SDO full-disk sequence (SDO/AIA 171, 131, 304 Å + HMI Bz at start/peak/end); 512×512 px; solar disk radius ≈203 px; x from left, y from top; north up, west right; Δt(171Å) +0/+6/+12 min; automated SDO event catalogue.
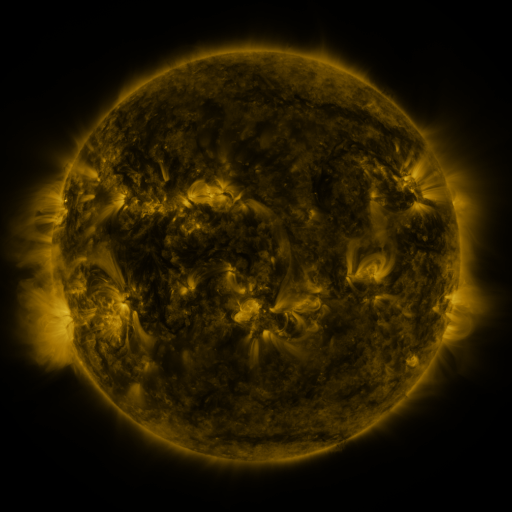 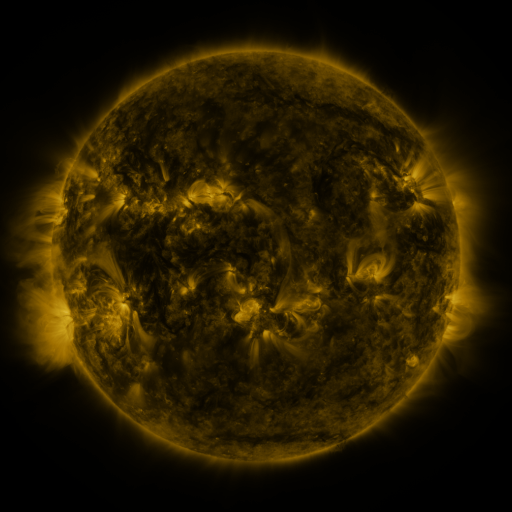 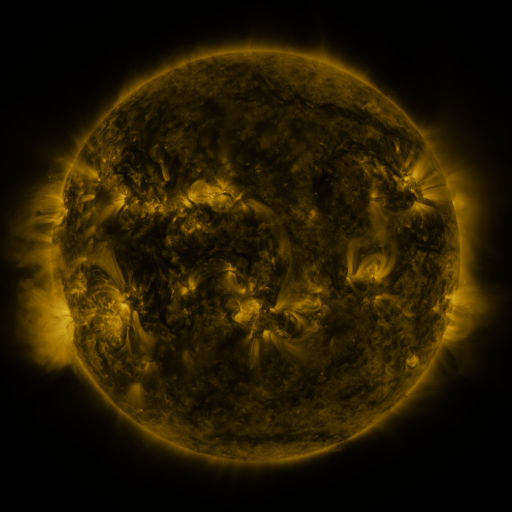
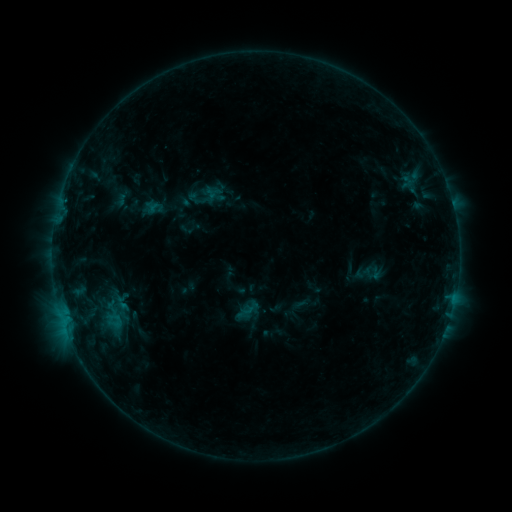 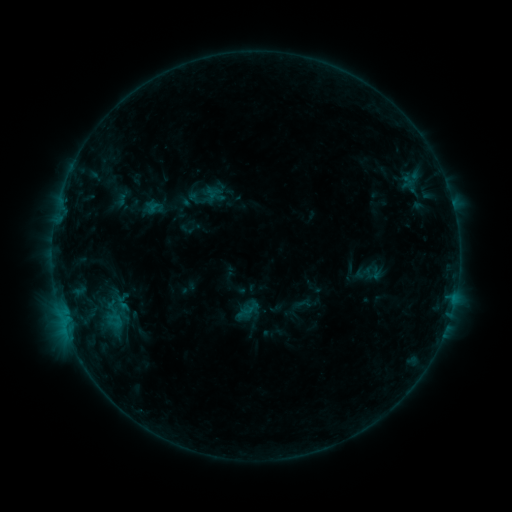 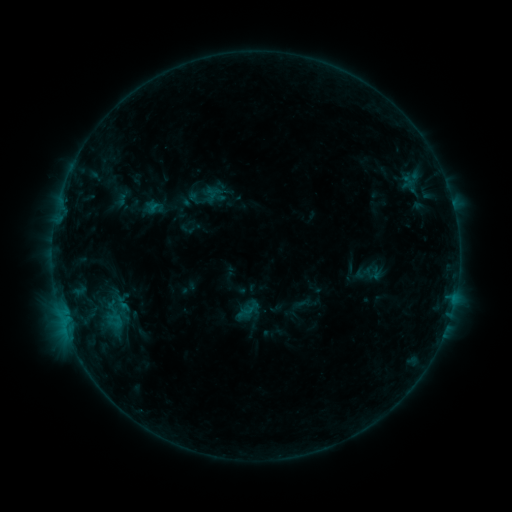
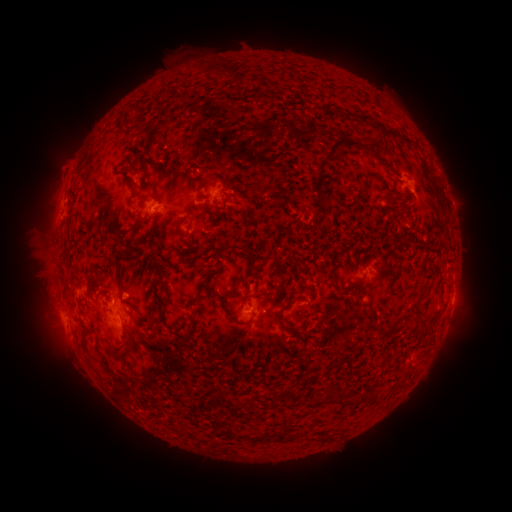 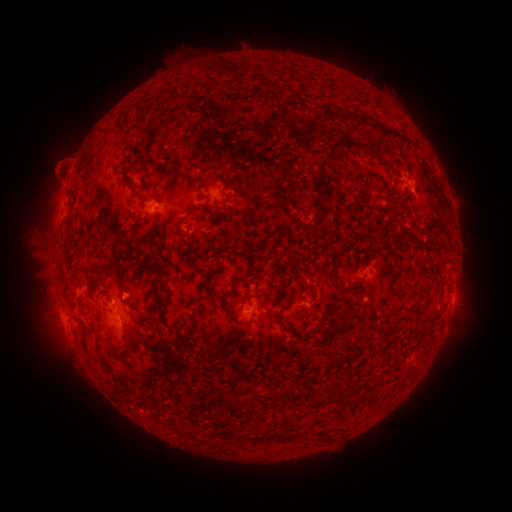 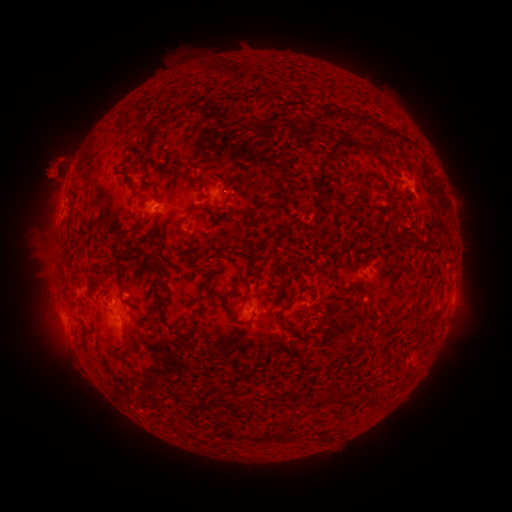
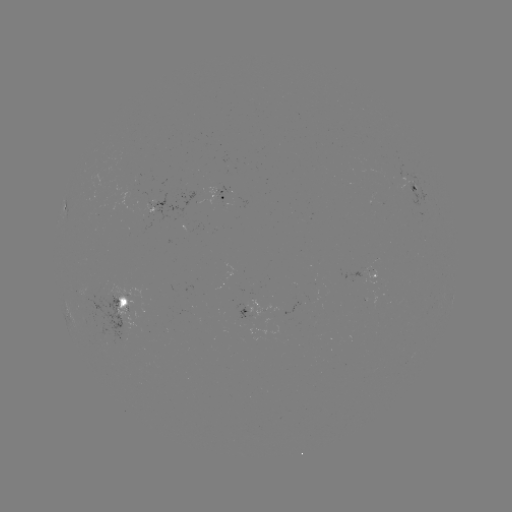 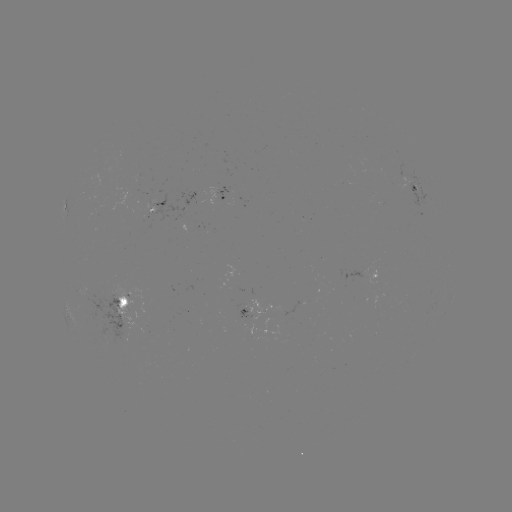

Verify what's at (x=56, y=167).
eruption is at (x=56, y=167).